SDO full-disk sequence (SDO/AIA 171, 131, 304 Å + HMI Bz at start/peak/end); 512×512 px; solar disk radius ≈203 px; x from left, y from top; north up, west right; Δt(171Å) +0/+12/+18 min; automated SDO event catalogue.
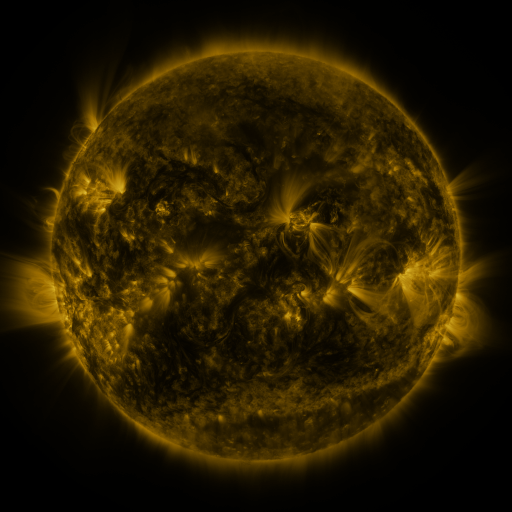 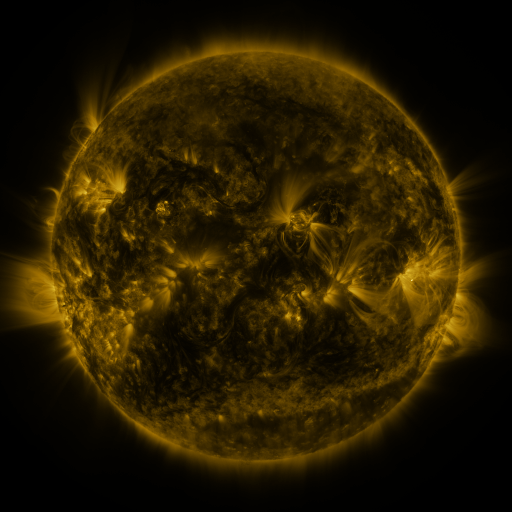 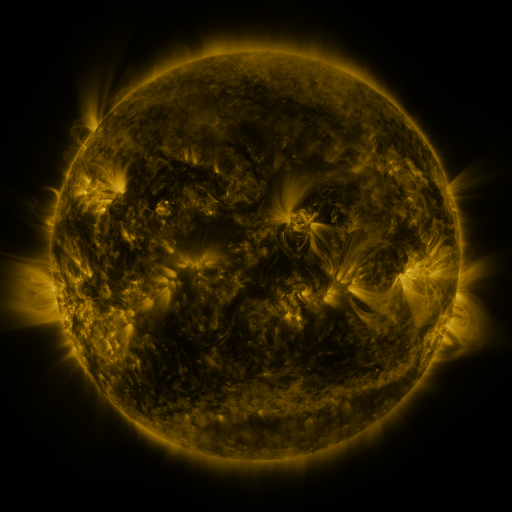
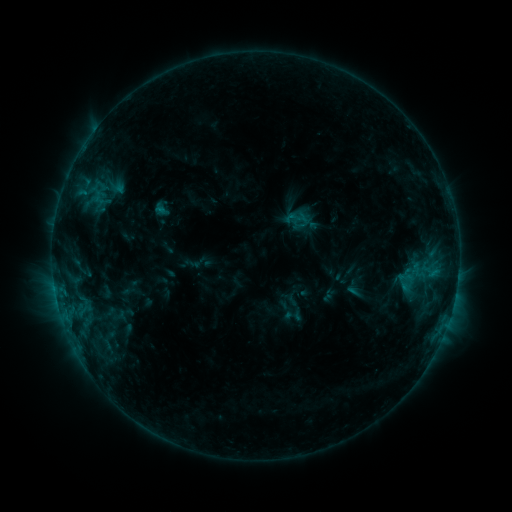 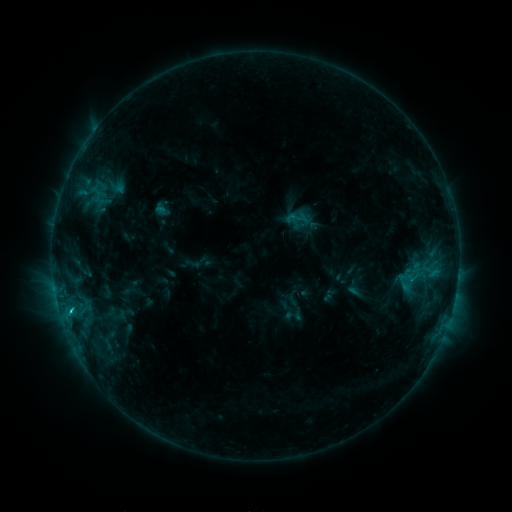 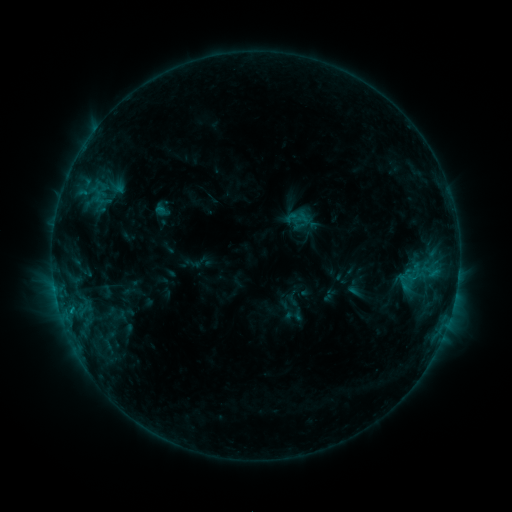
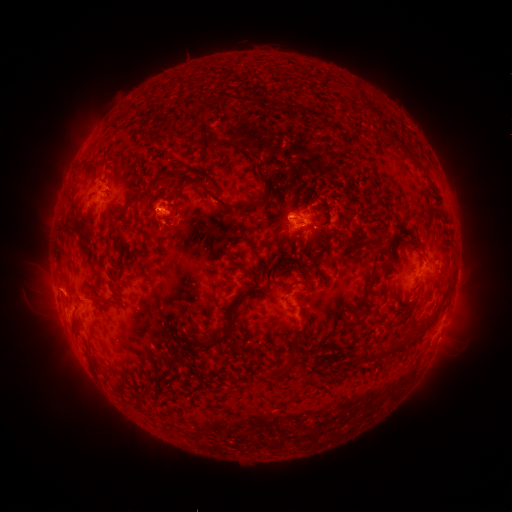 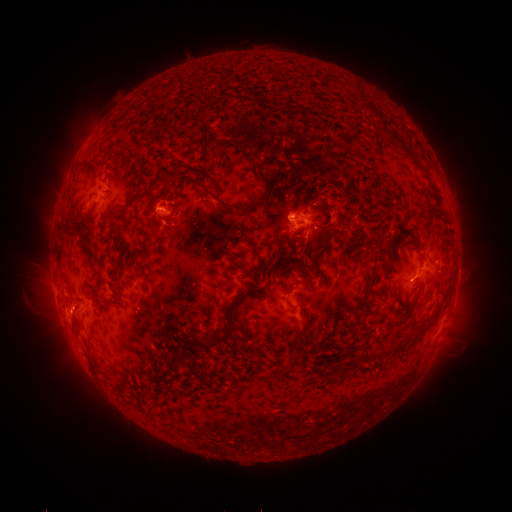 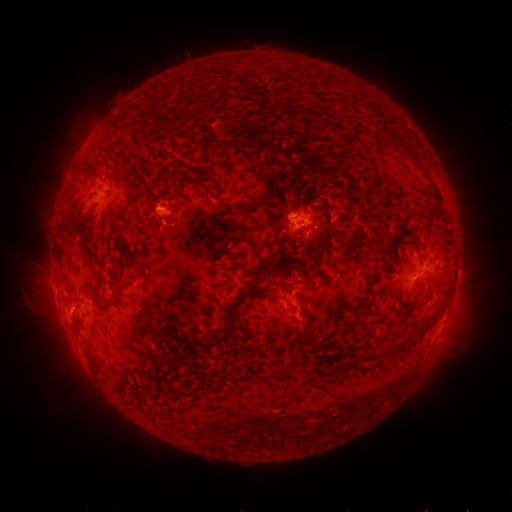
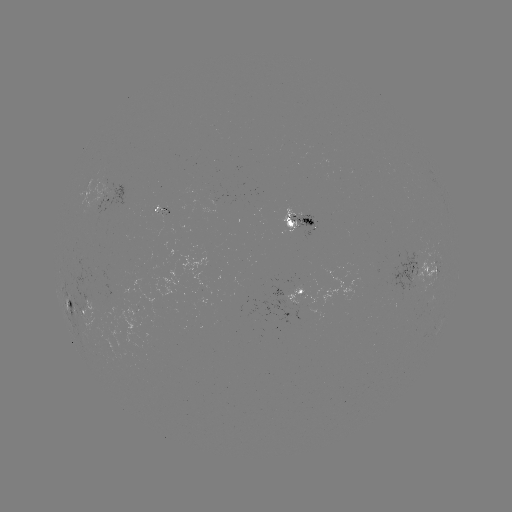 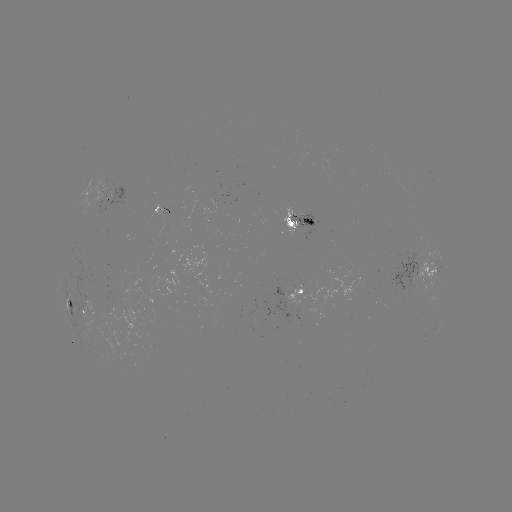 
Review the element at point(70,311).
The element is C1.6 flare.